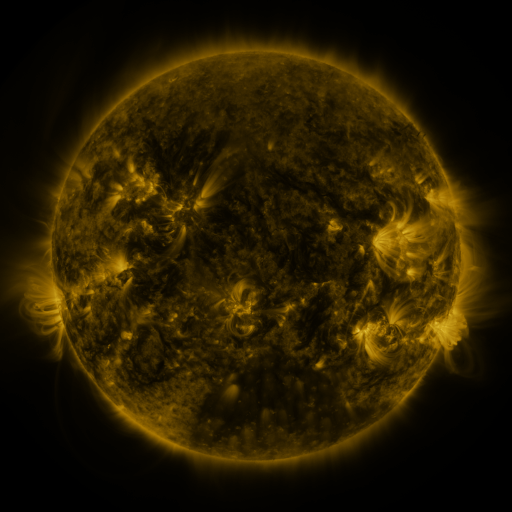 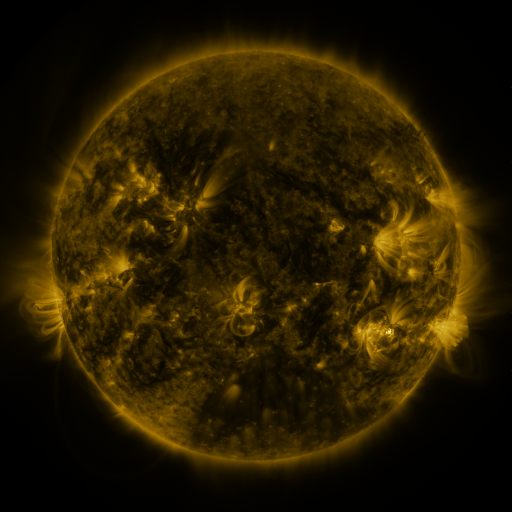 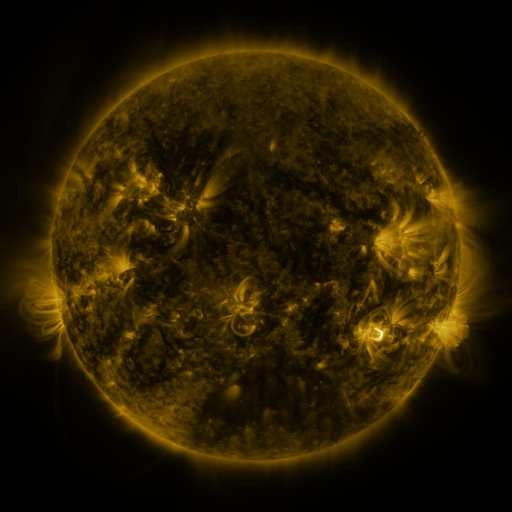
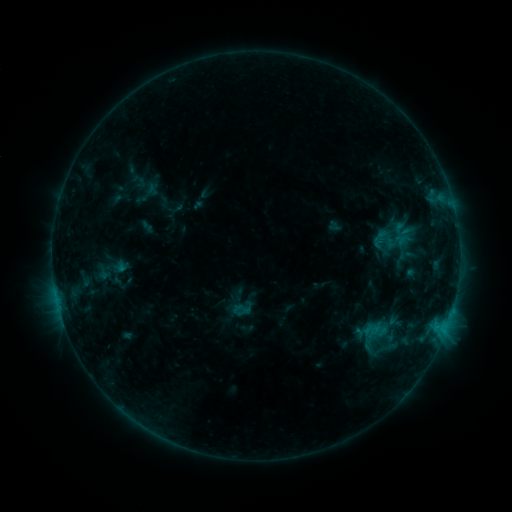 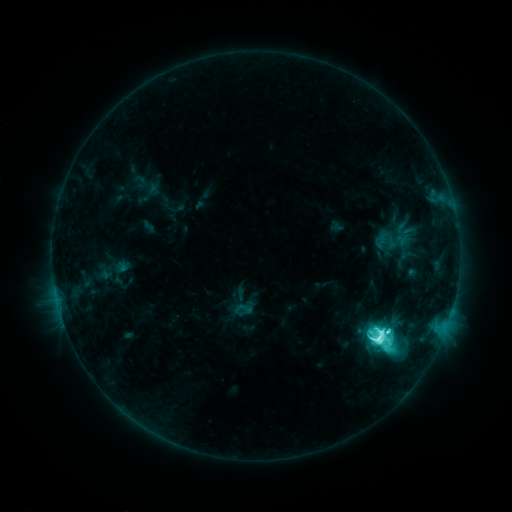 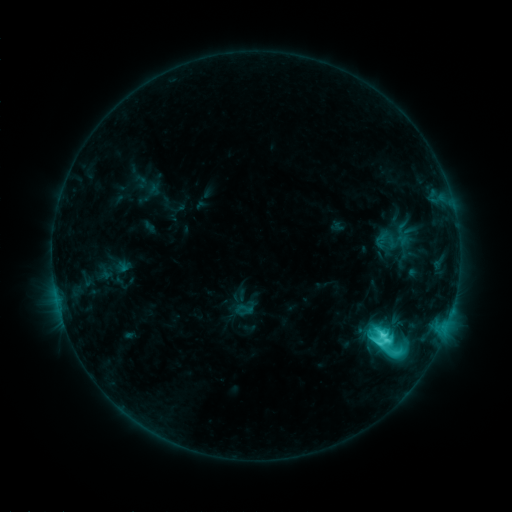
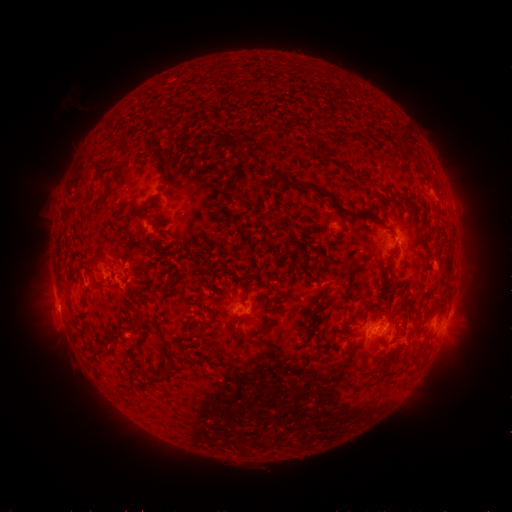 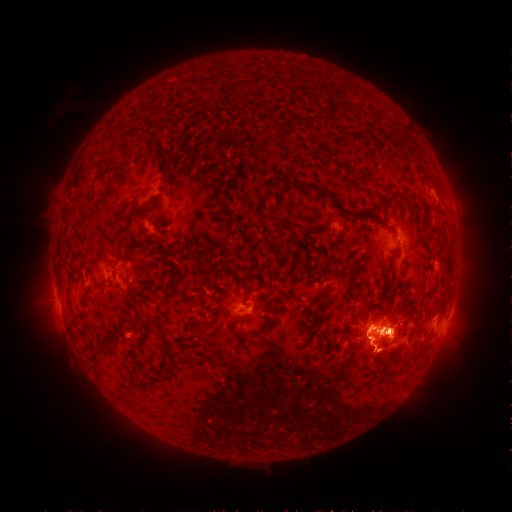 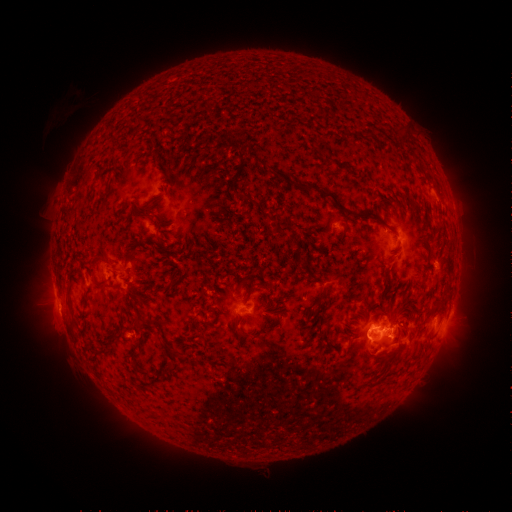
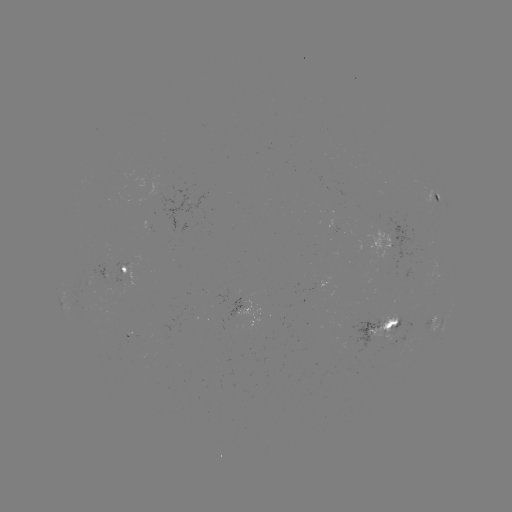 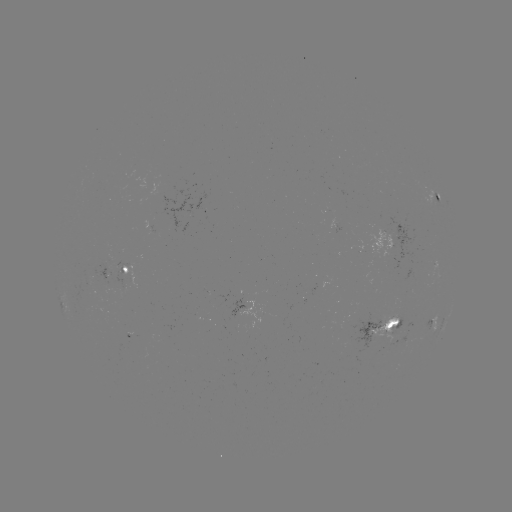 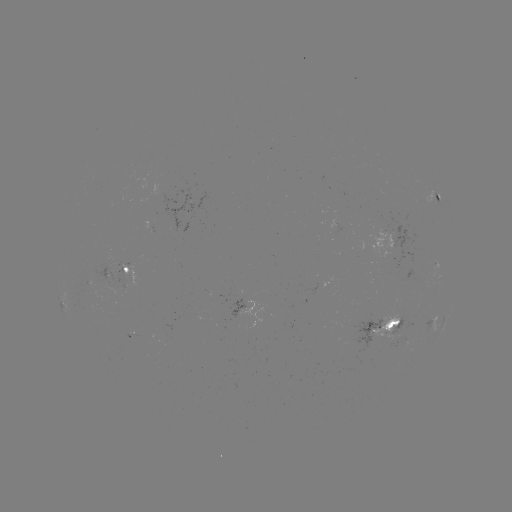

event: flare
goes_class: M1.5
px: (379, 336)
